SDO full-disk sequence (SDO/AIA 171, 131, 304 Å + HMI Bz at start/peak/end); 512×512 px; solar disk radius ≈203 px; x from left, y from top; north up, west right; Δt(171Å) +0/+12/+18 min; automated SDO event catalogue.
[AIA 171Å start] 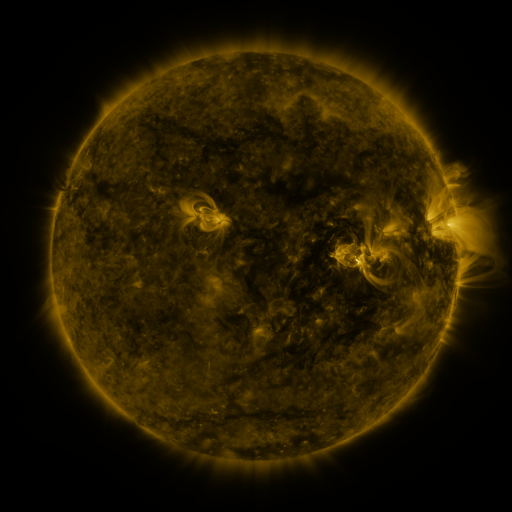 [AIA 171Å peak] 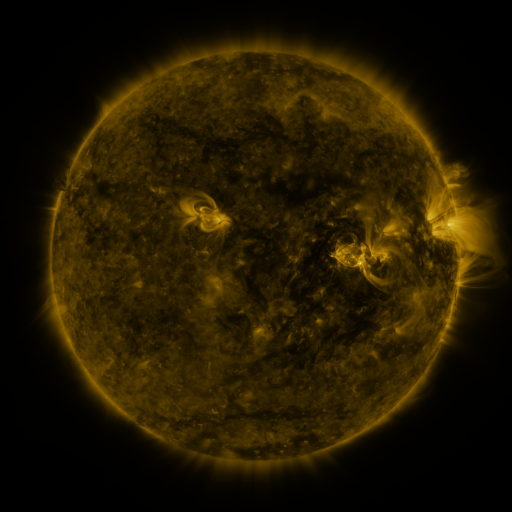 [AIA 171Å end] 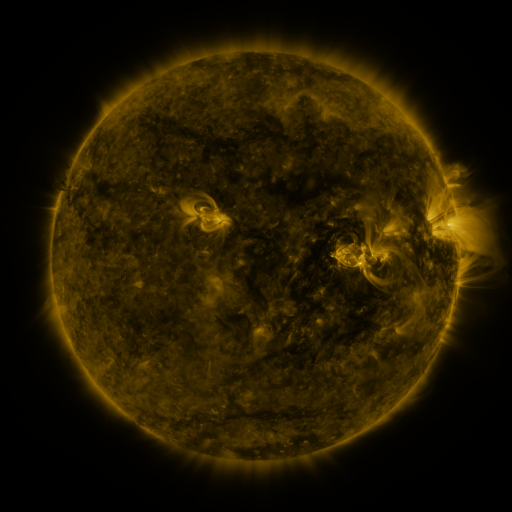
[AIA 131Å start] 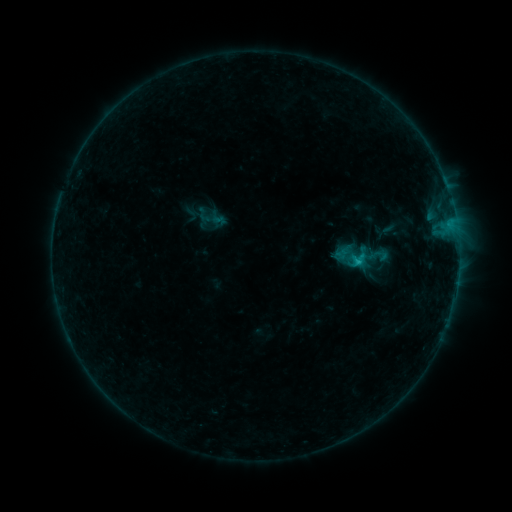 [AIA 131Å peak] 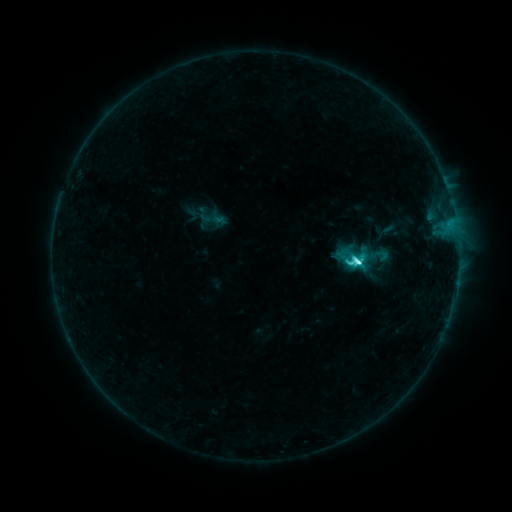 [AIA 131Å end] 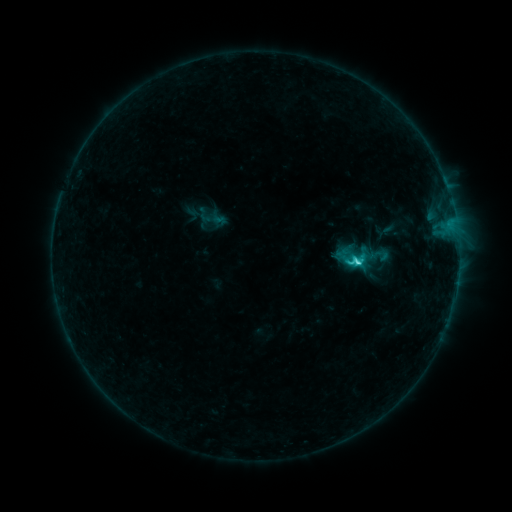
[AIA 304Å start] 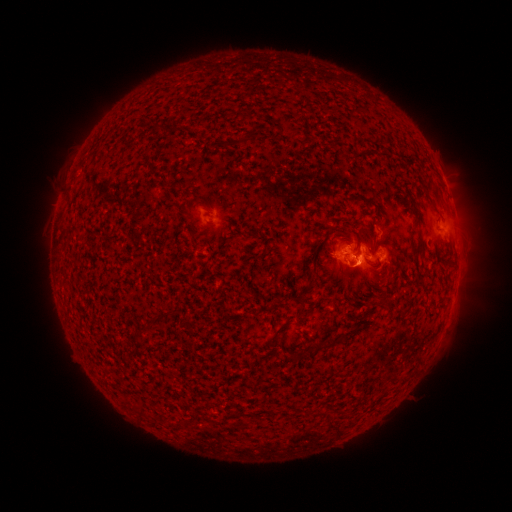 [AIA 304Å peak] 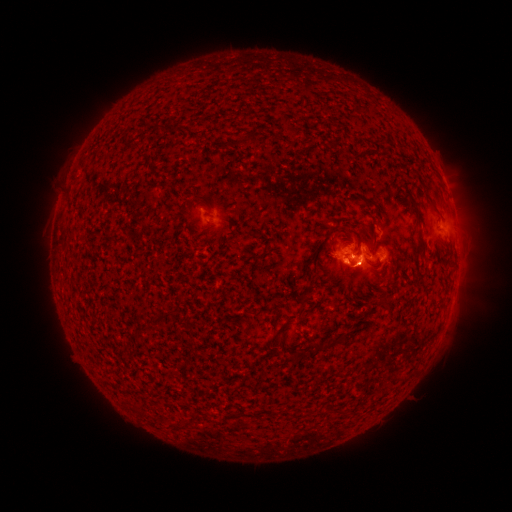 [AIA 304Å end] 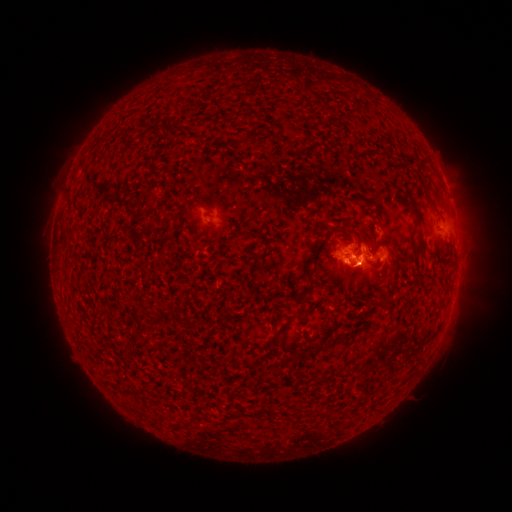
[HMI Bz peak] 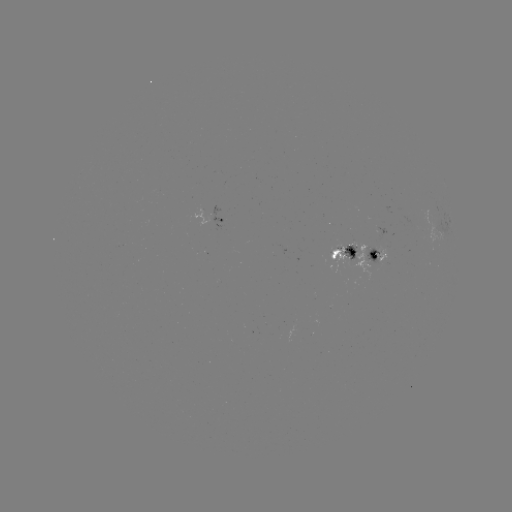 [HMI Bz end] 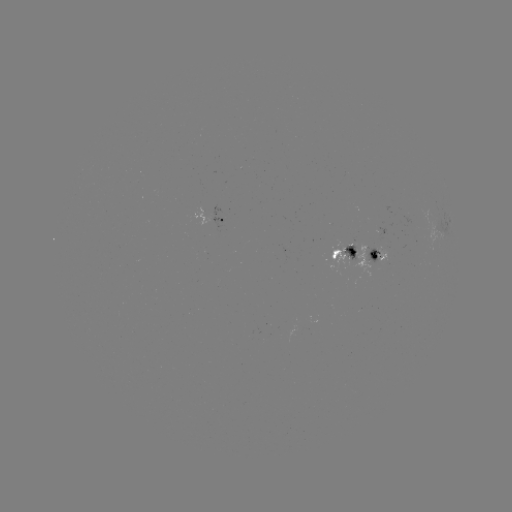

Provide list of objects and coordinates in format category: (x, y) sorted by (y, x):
C4.2 flare: (357, 263)
